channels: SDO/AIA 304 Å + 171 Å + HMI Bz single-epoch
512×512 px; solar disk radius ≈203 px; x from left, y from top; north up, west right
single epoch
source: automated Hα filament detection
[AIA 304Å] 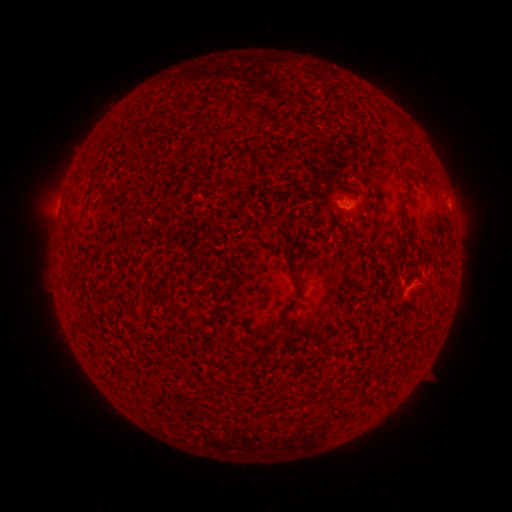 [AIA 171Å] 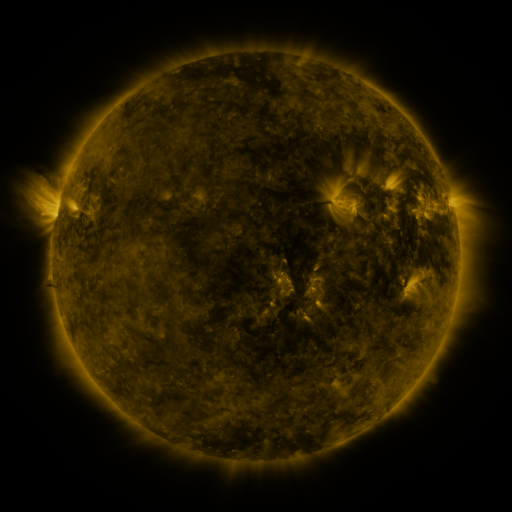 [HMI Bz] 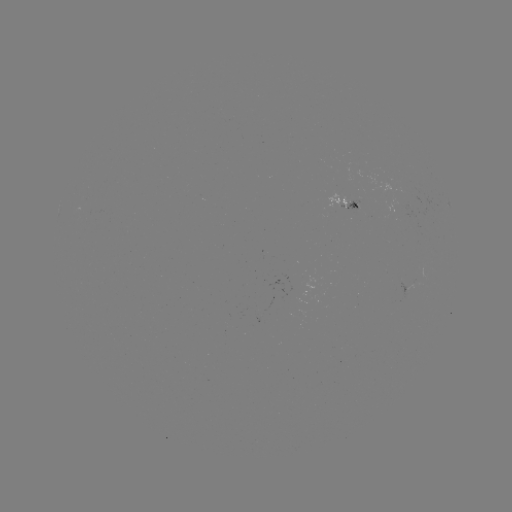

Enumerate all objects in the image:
filament: (360, 190)
filament: (287, 237)
filament: (278, 320)
